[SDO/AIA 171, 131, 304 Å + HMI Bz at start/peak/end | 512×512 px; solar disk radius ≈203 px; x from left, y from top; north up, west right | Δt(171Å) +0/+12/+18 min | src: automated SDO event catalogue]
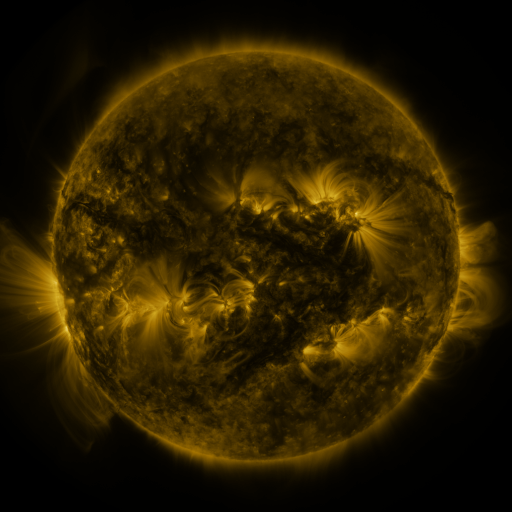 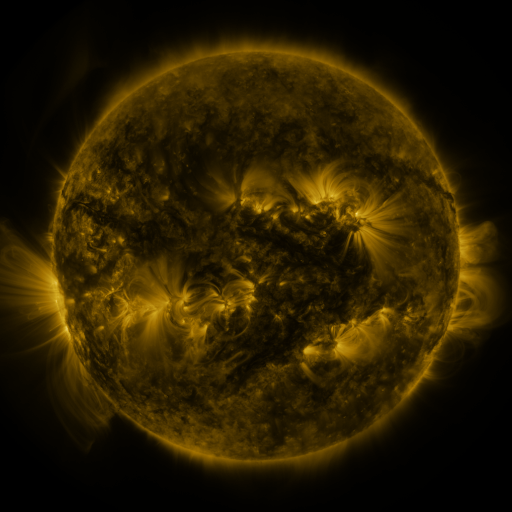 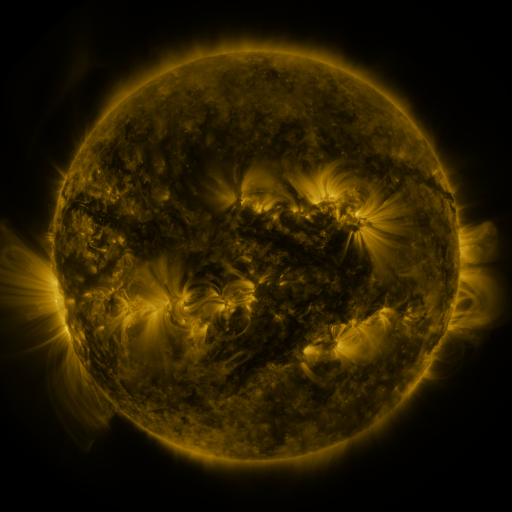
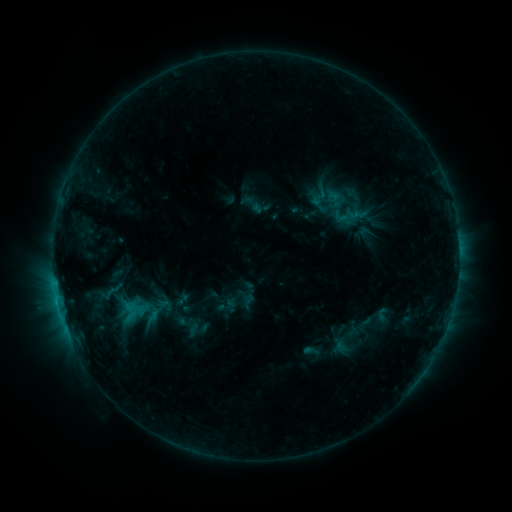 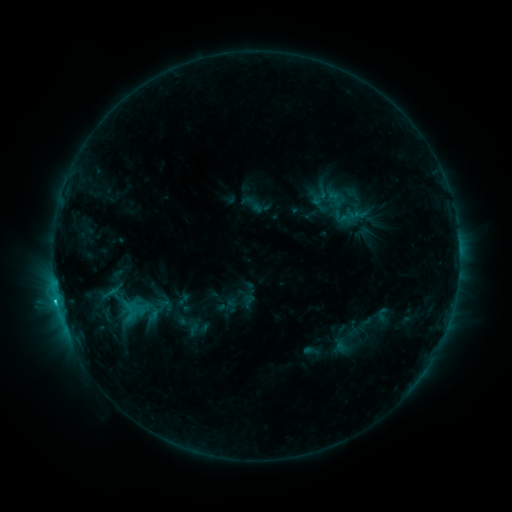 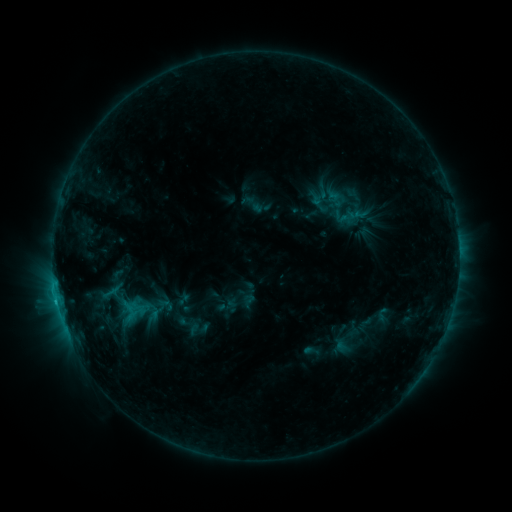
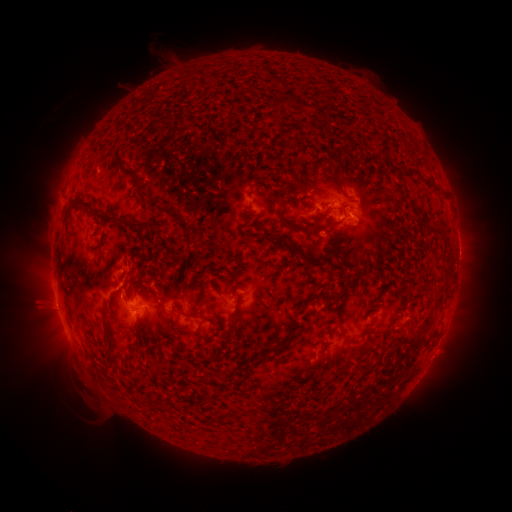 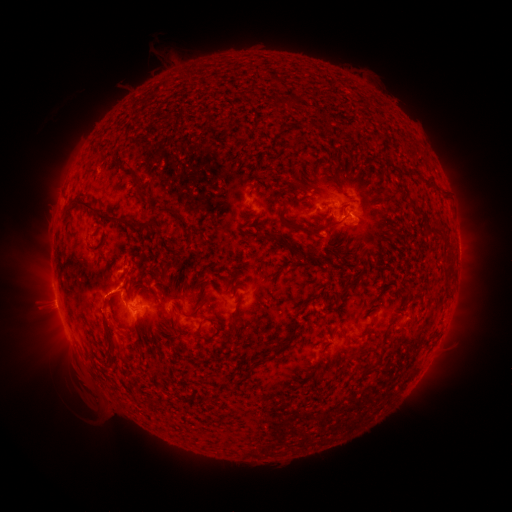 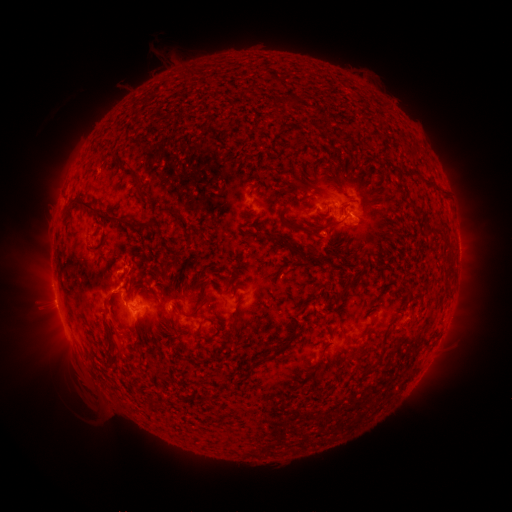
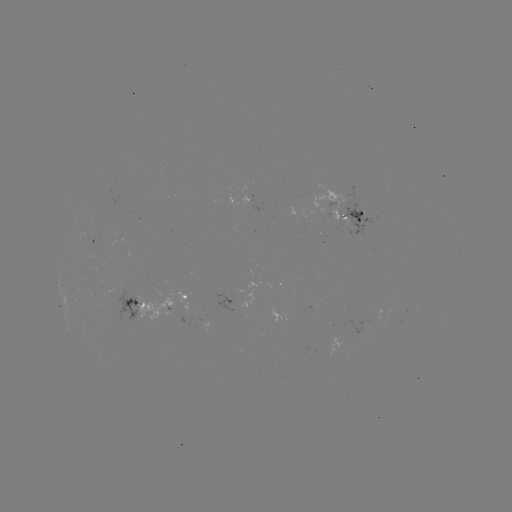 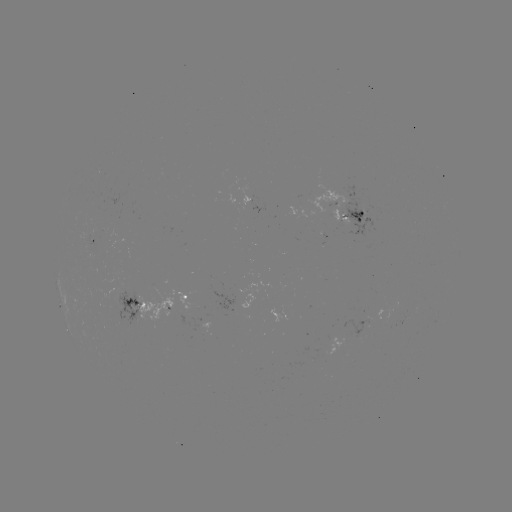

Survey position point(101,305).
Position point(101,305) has eruption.